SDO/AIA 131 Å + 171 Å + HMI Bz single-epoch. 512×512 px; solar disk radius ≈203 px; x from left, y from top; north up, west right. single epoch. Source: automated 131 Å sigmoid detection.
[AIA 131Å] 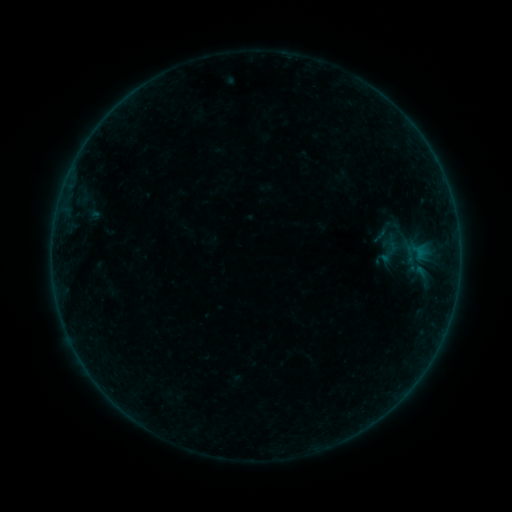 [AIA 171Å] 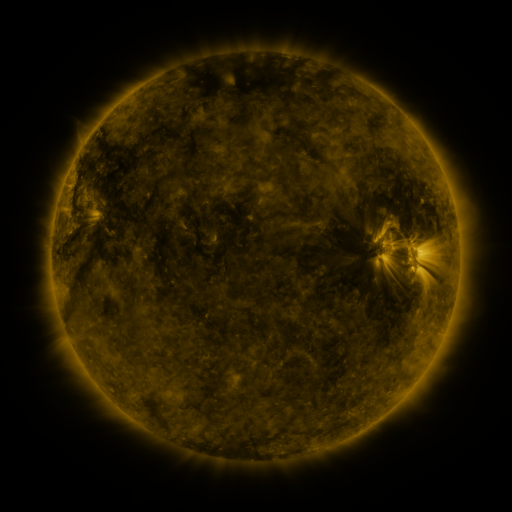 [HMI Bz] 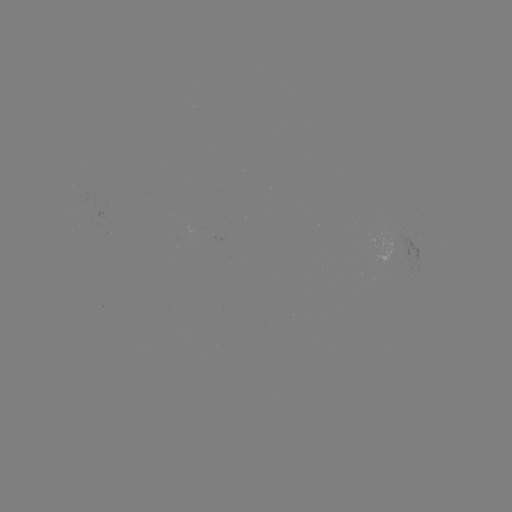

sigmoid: [367, 214, 406, 246]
